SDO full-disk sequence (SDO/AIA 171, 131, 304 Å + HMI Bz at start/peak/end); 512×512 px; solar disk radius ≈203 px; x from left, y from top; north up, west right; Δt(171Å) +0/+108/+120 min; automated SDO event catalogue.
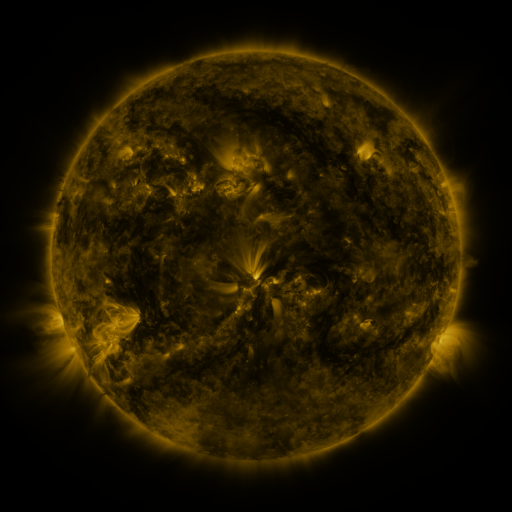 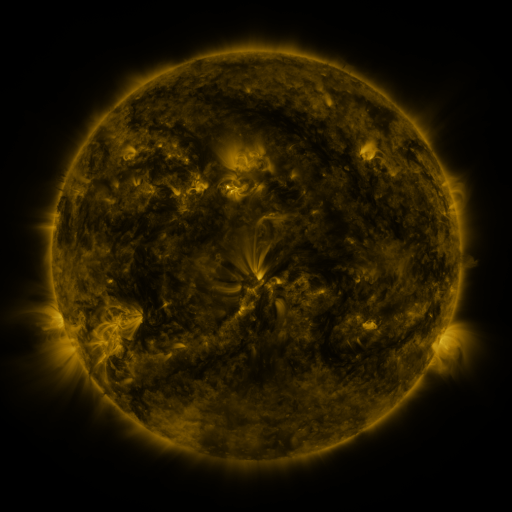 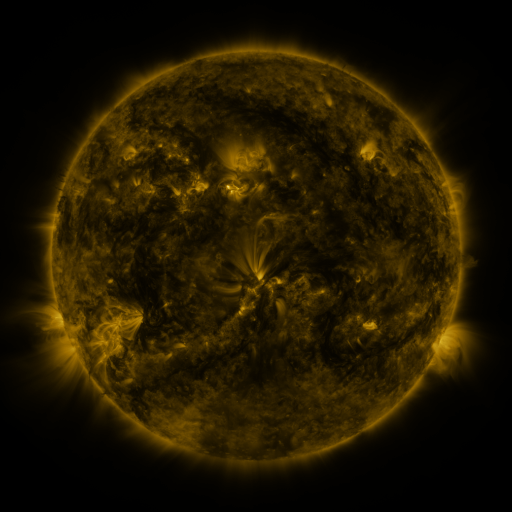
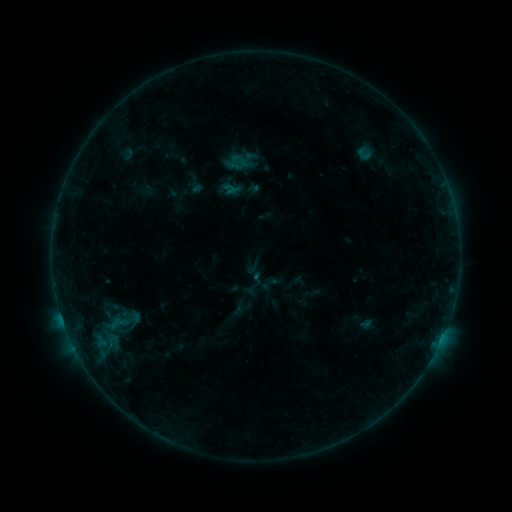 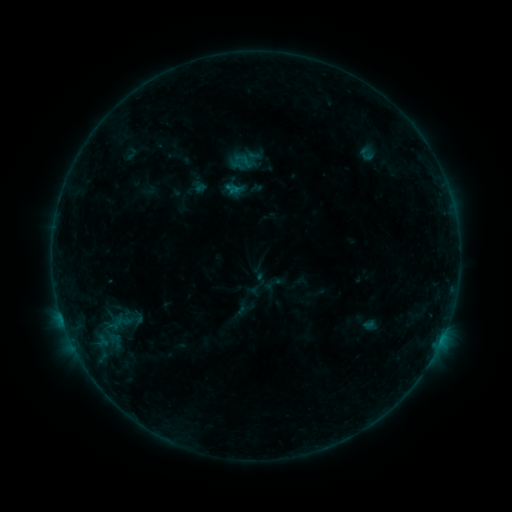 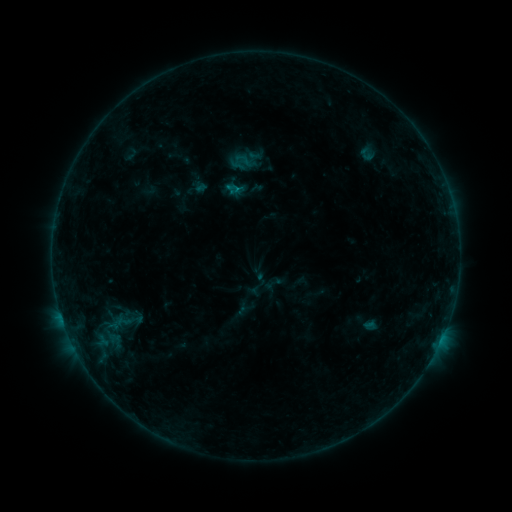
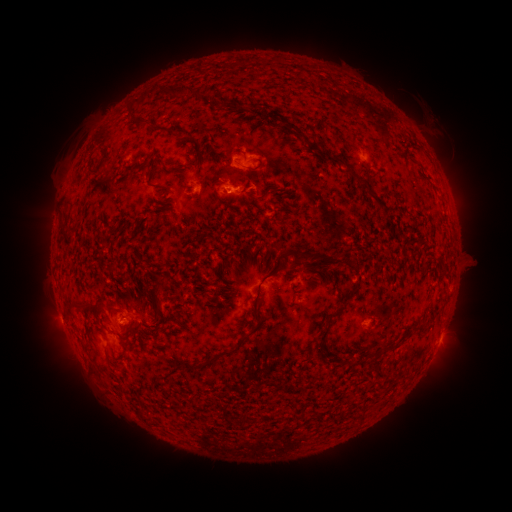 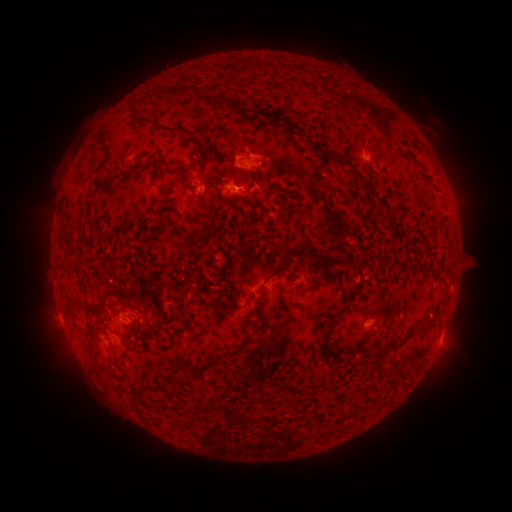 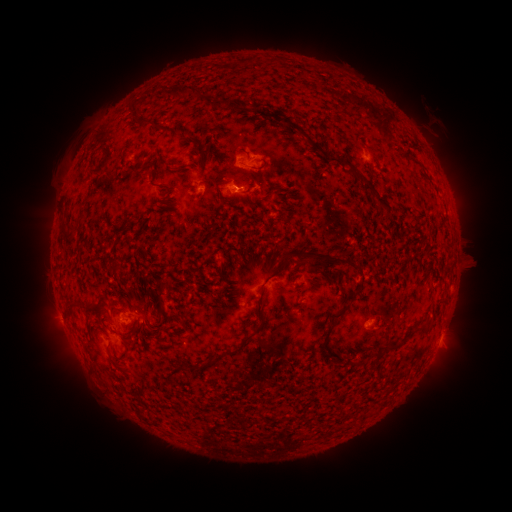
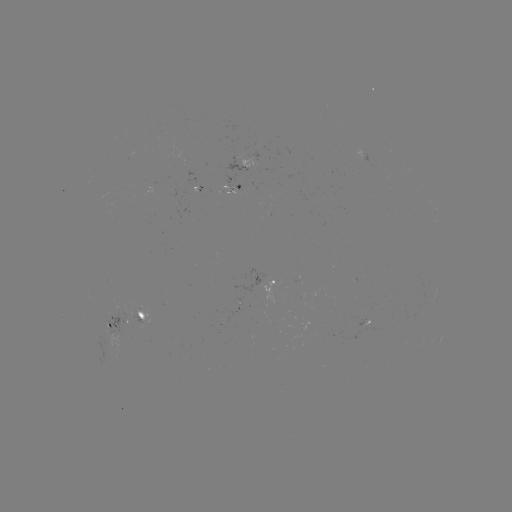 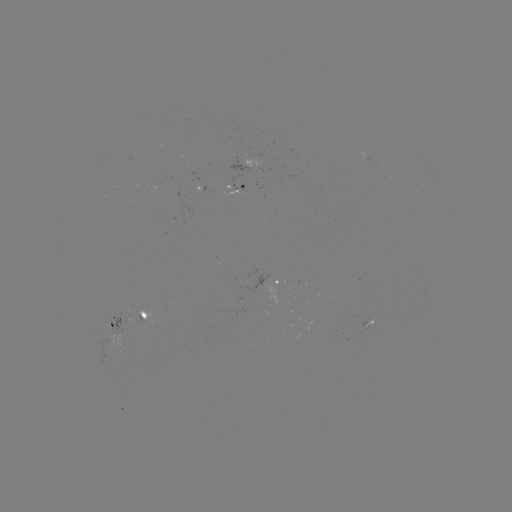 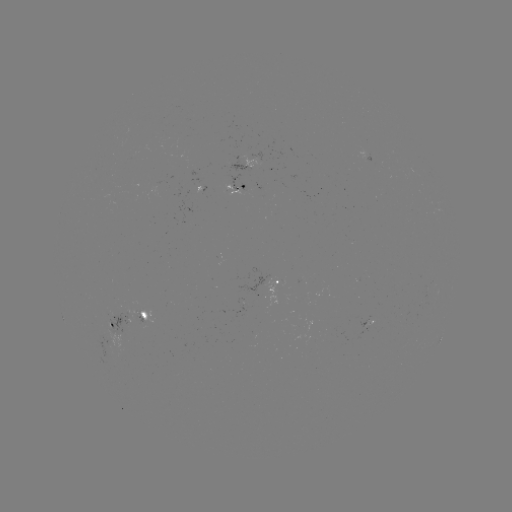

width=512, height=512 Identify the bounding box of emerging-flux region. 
[357, 315, 369, 328].